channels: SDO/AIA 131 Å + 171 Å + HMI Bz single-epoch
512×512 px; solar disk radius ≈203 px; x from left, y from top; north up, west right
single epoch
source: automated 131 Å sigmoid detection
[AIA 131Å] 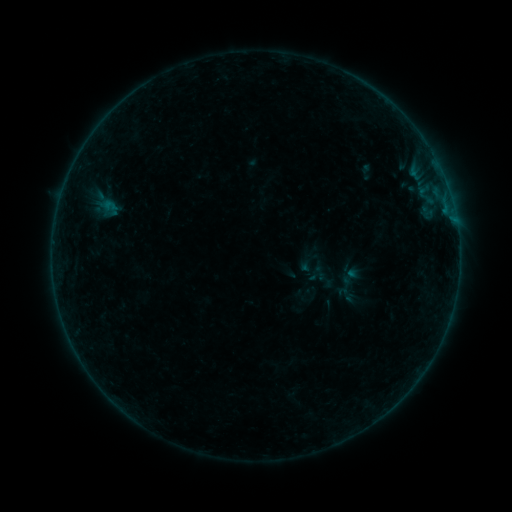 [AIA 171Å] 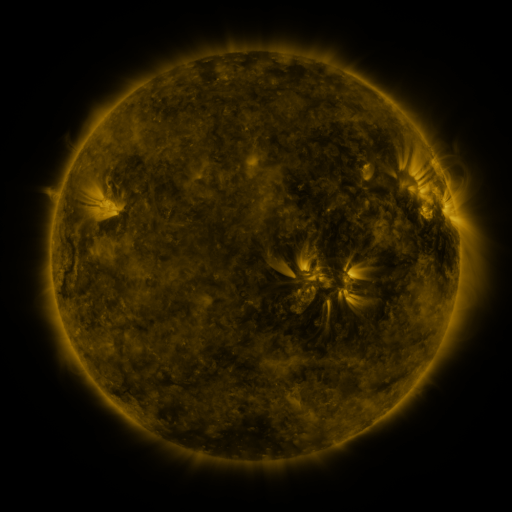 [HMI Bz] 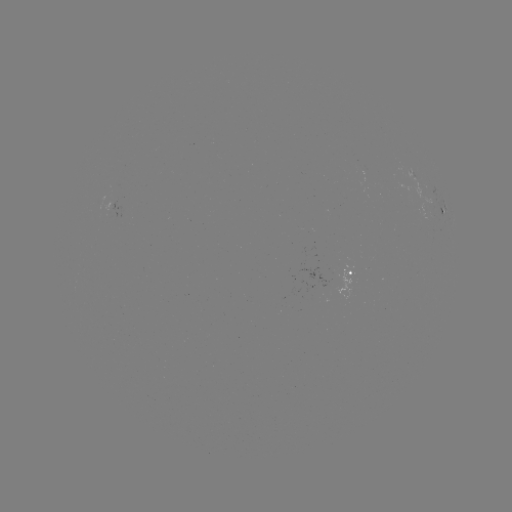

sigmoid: <bbox>334, 283, 358, 308</bbox>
